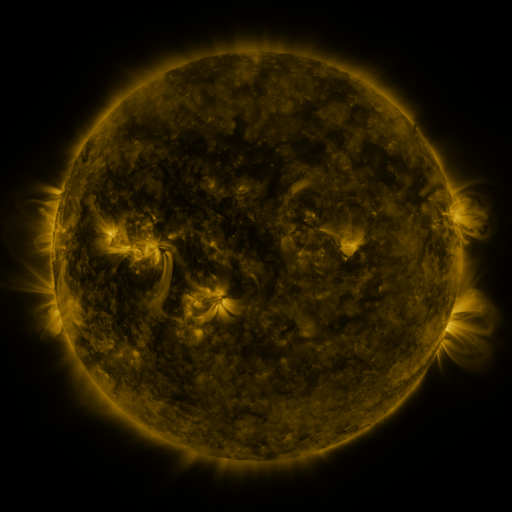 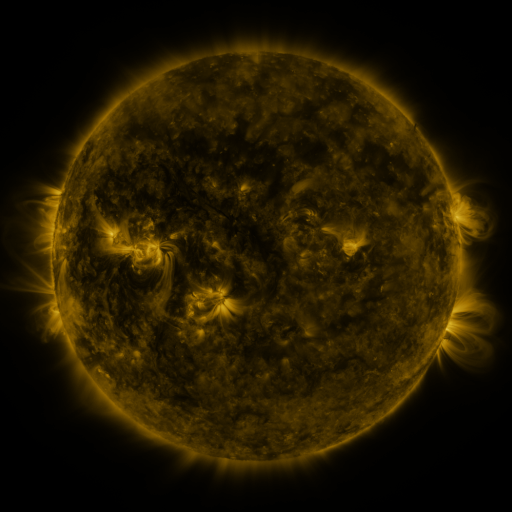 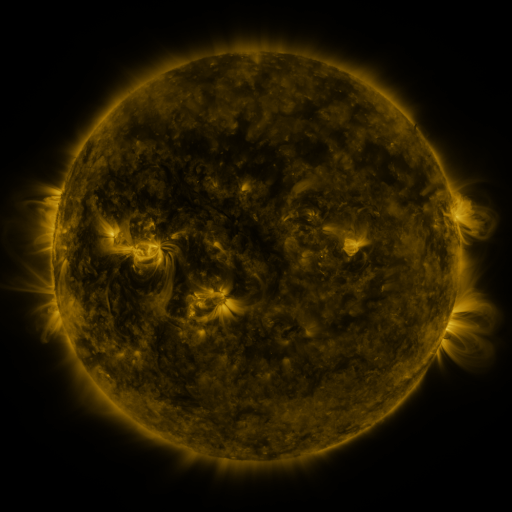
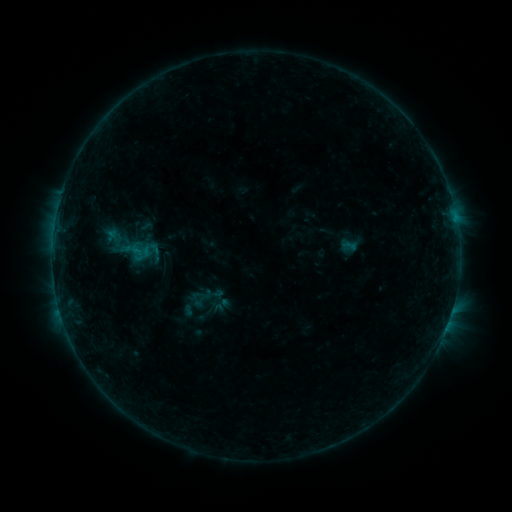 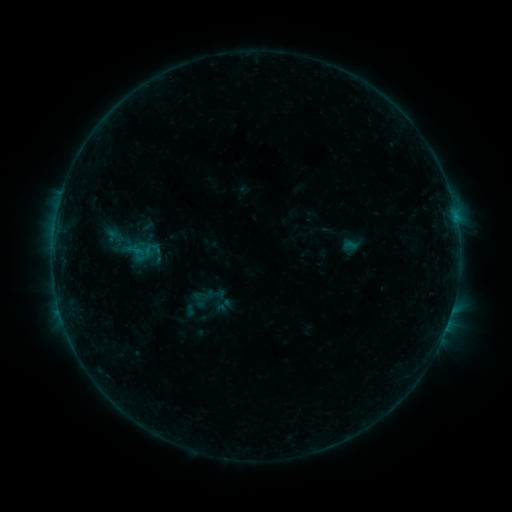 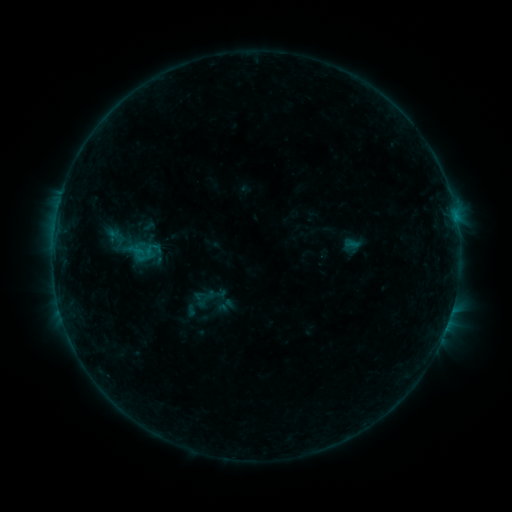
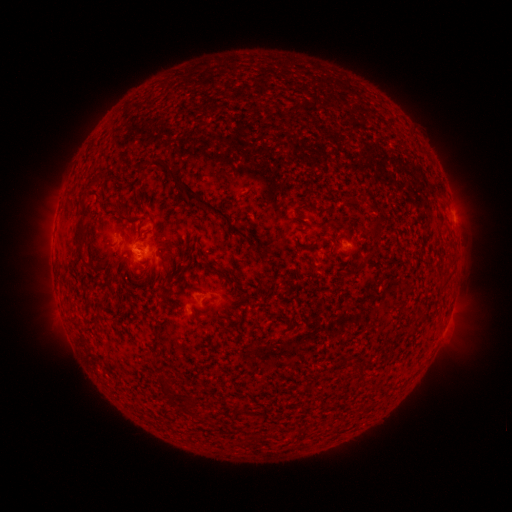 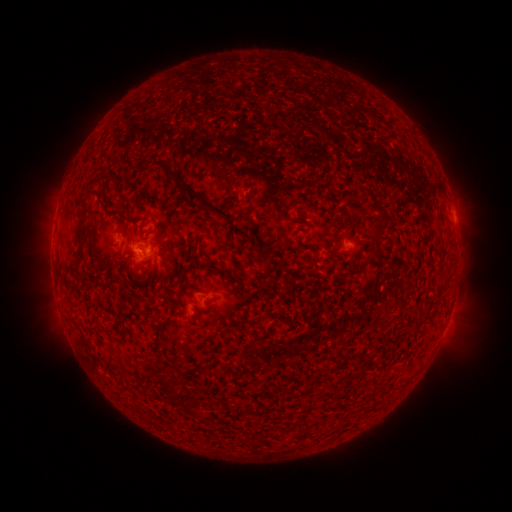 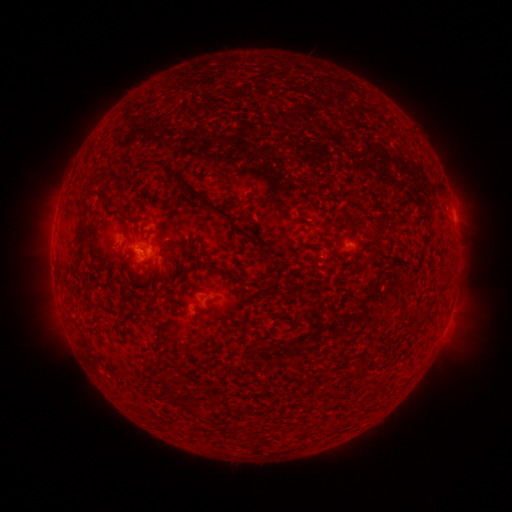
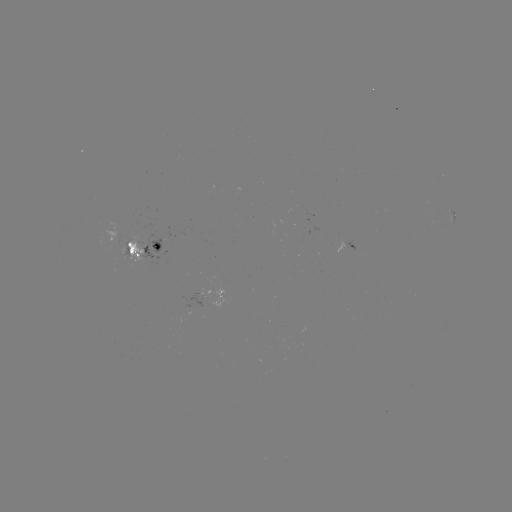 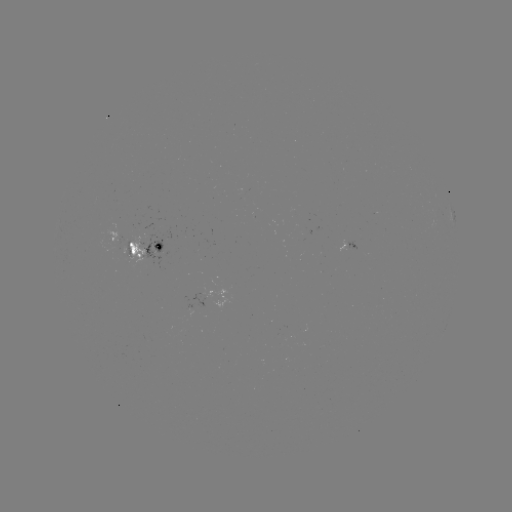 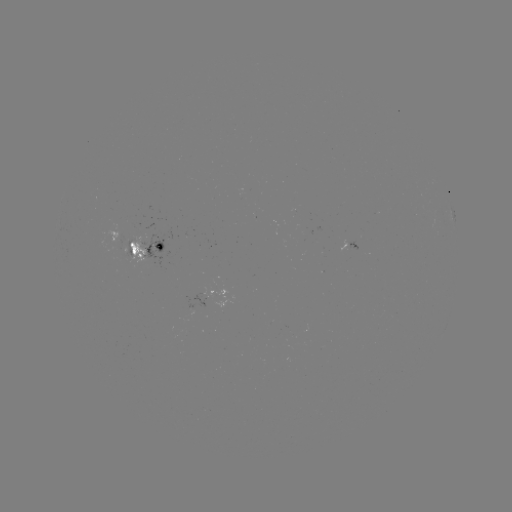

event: emerging-flux region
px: (147, 230)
